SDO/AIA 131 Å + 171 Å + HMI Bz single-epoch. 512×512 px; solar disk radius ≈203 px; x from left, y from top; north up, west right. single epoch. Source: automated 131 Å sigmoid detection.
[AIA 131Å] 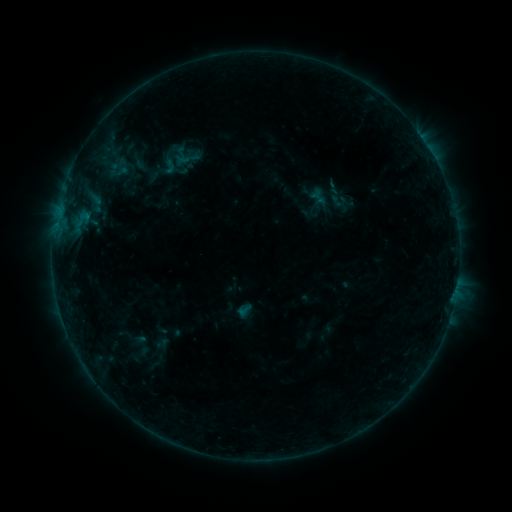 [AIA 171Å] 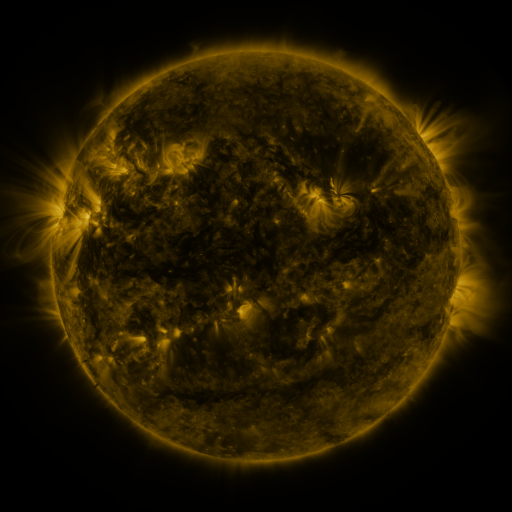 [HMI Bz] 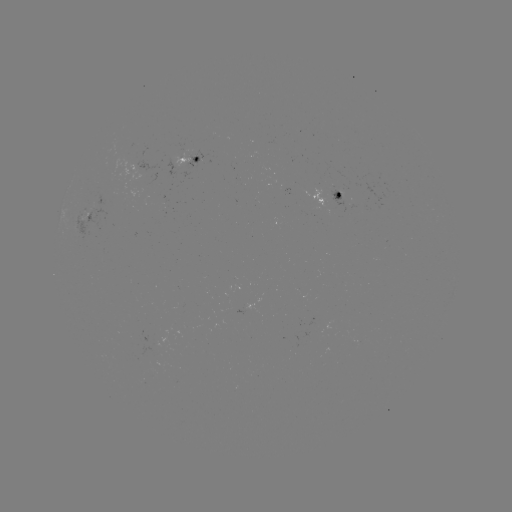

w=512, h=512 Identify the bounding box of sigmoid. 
[160, 156, 179, 176].